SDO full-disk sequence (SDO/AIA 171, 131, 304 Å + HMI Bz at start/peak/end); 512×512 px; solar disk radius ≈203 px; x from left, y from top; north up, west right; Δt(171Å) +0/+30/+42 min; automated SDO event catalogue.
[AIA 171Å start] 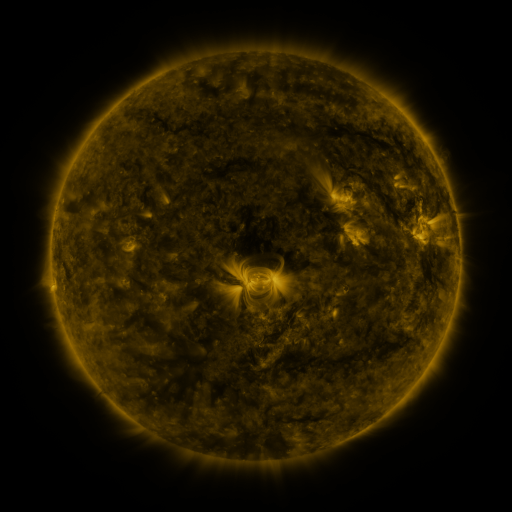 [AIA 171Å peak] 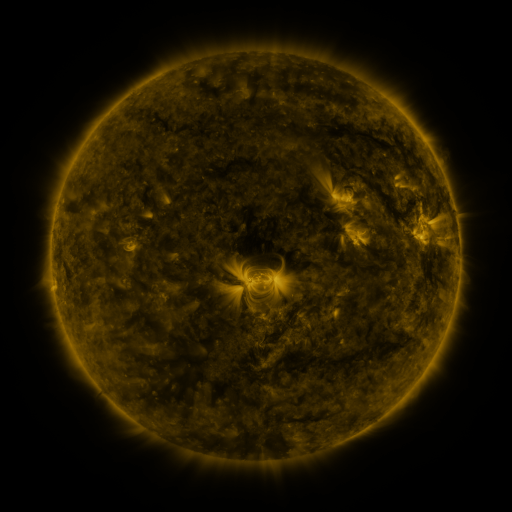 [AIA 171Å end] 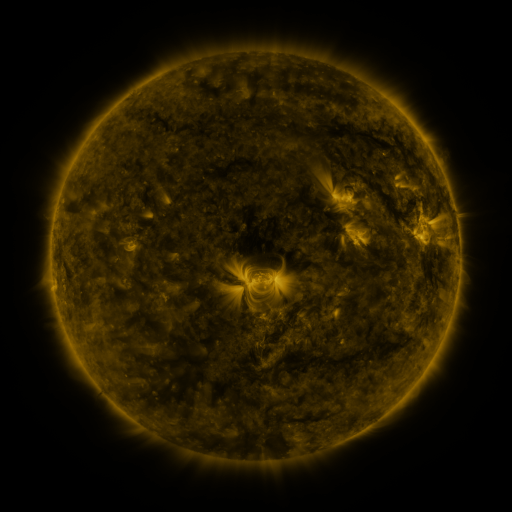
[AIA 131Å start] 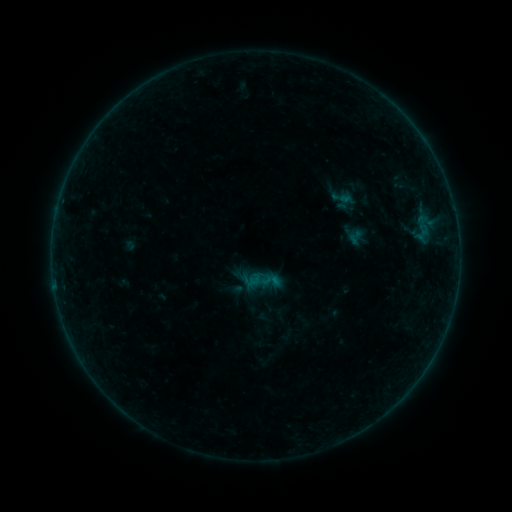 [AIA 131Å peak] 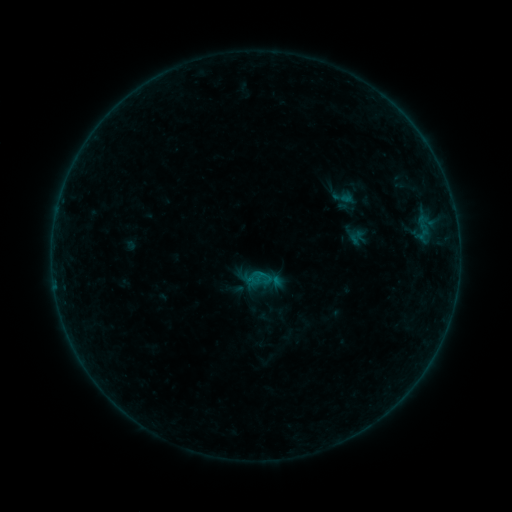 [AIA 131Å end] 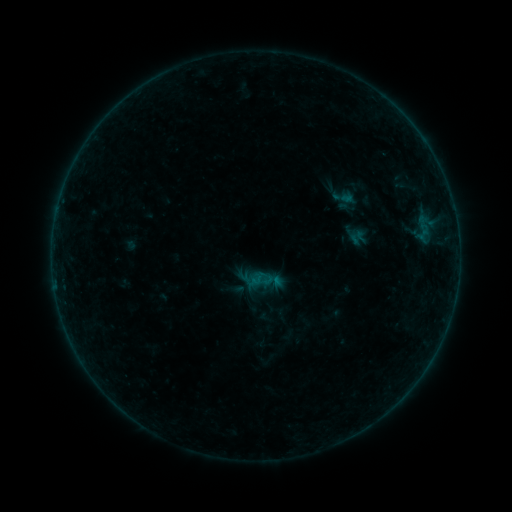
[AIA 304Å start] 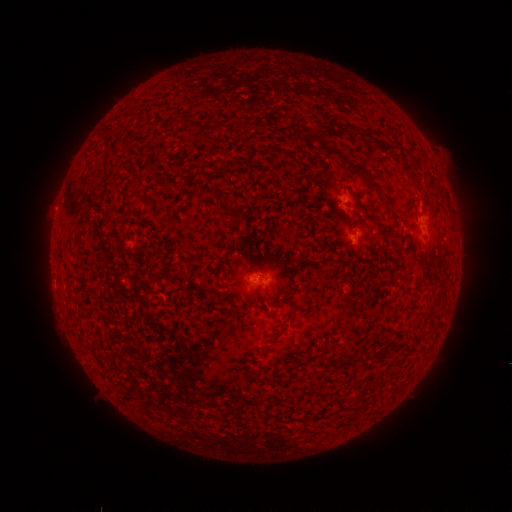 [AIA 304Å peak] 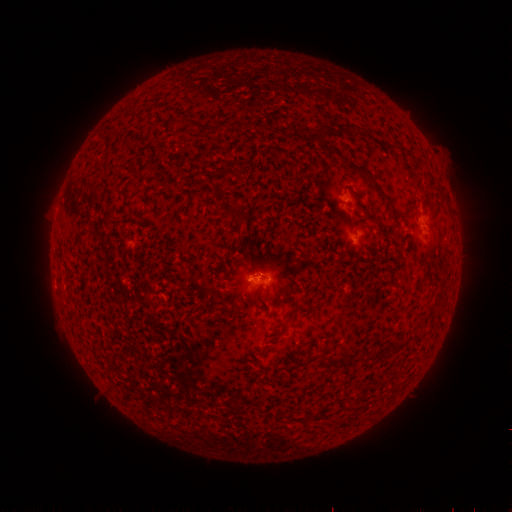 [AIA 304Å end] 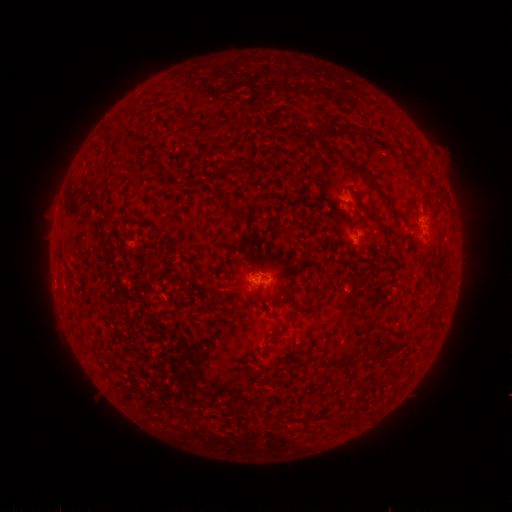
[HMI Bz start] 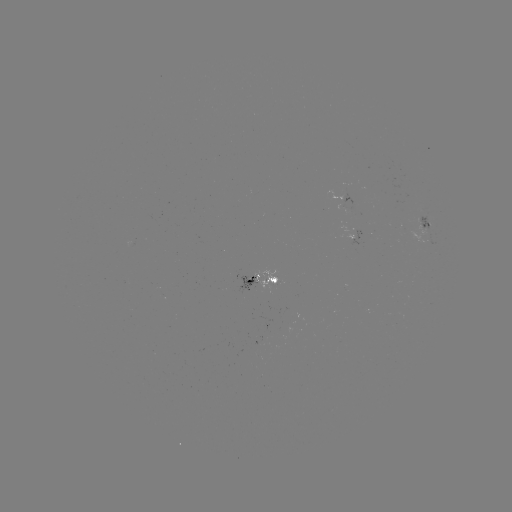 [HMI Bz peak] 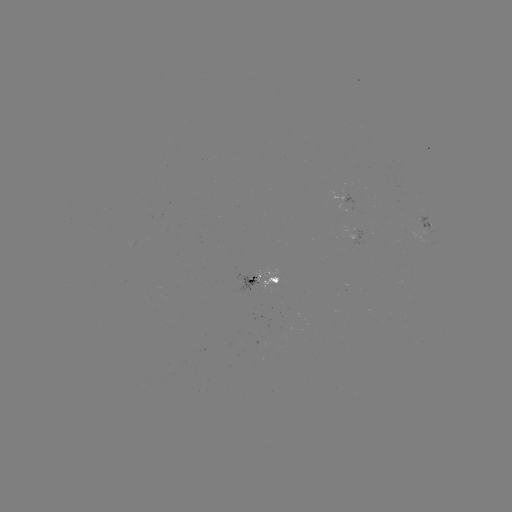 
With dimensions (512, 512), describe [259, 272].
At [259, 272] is B2.8 flare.